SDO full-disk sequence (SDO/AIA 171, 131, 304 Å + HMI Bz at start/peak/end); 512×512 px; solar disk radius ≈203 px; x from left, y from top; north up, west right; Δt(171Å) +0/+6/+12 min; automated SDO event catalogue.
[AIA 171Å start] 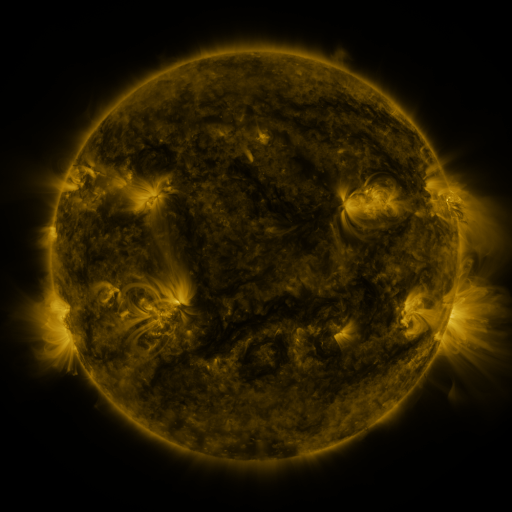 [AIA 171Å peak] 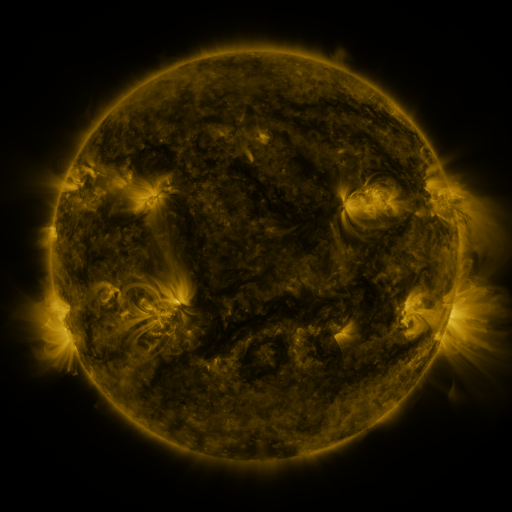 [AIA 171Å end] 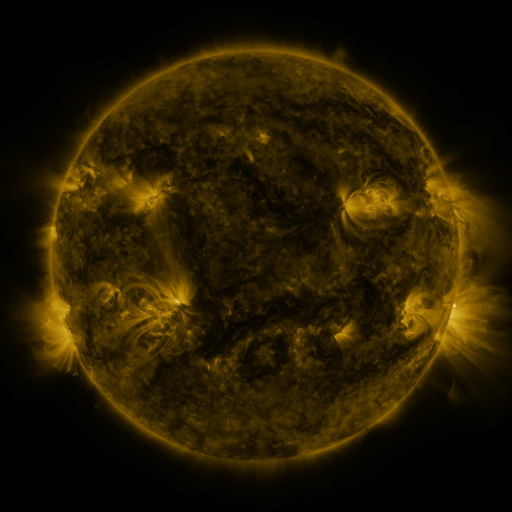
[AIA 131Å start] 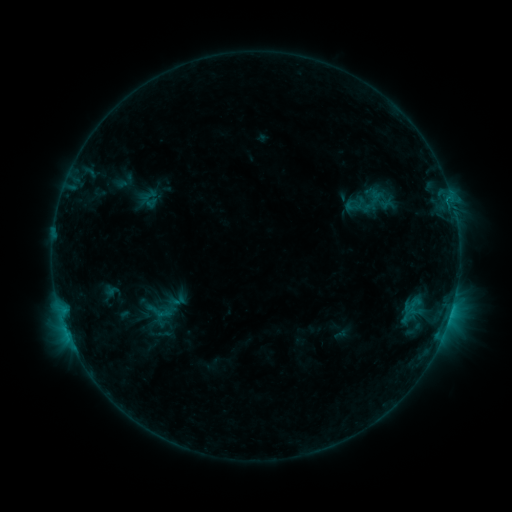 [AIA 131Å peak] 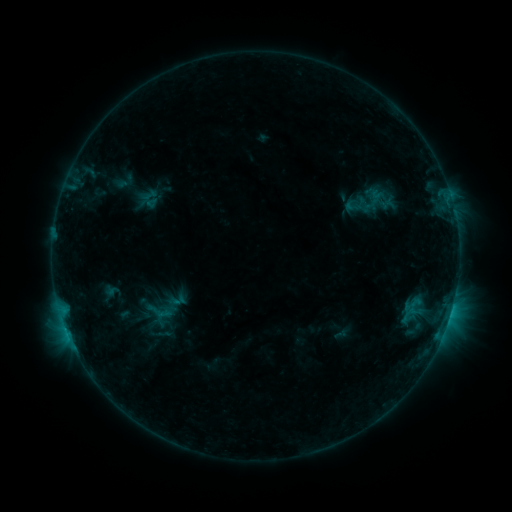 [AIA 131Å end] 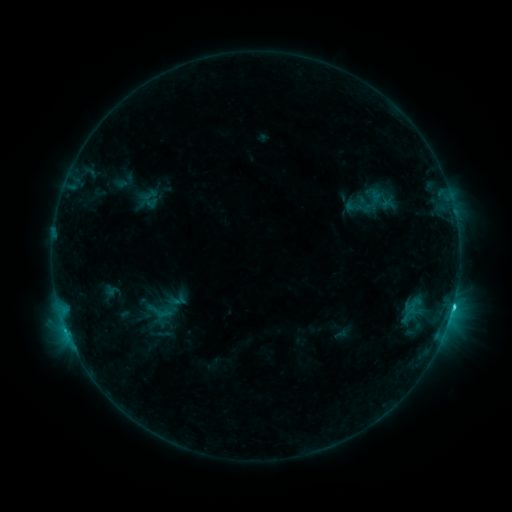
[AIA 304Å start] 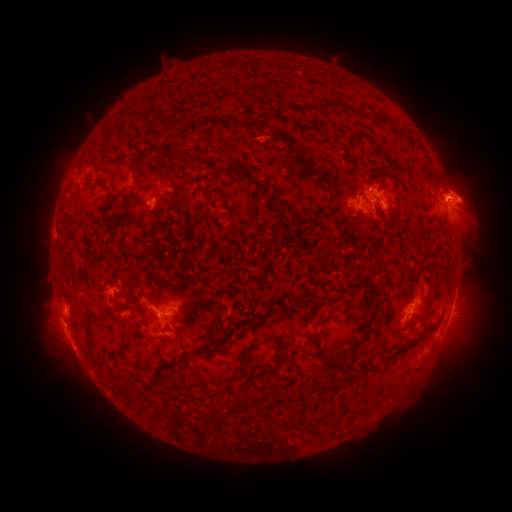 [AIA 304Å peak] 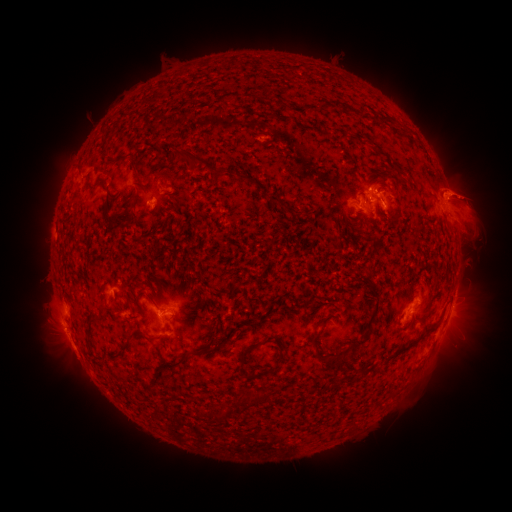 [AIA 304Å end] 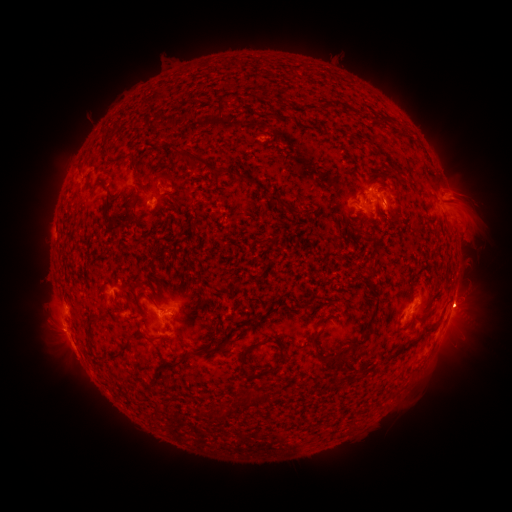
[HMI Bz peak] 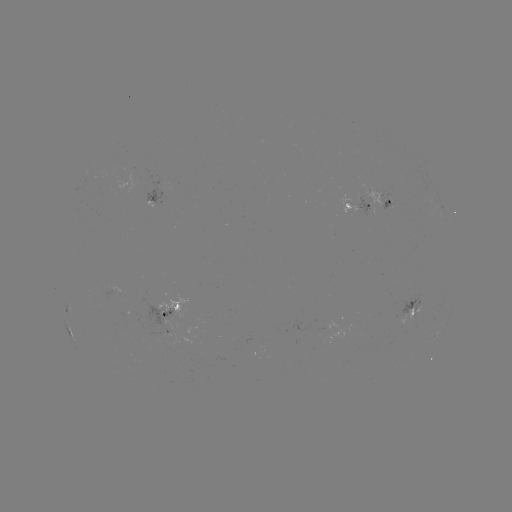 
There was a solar eruption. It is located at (464, 301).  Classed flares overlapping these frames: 1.